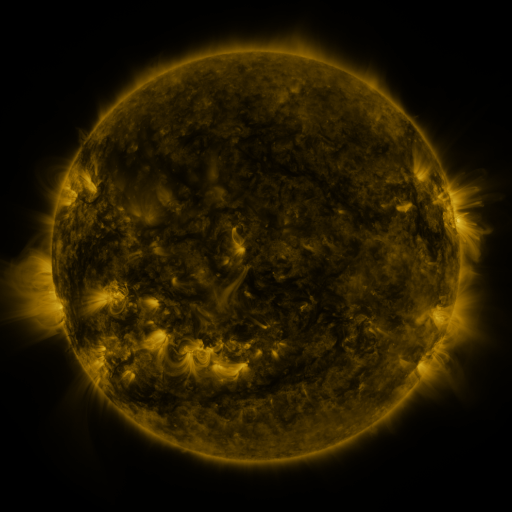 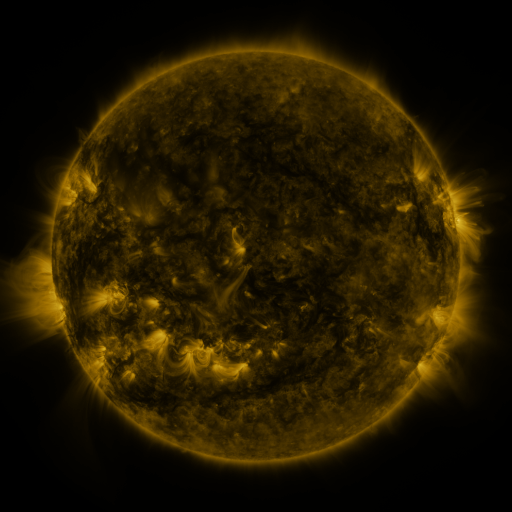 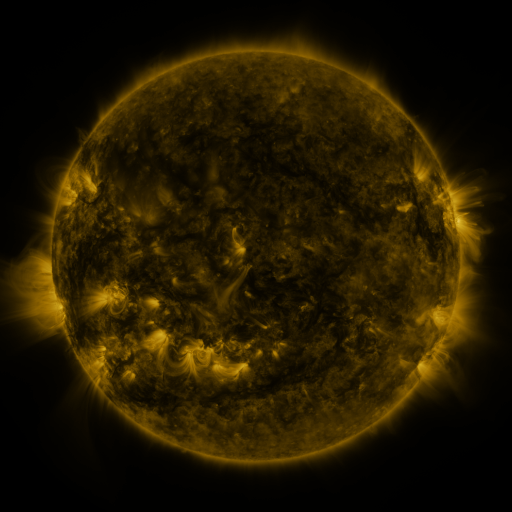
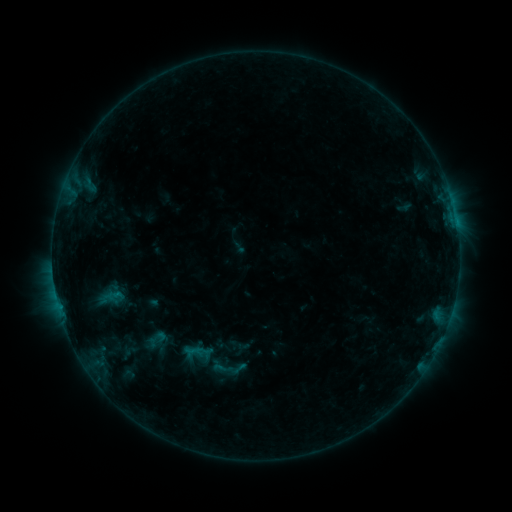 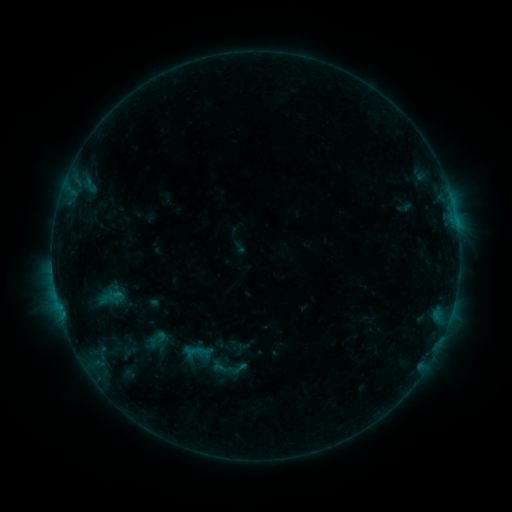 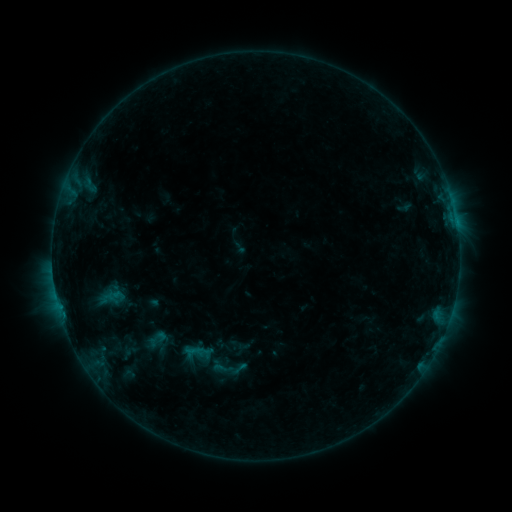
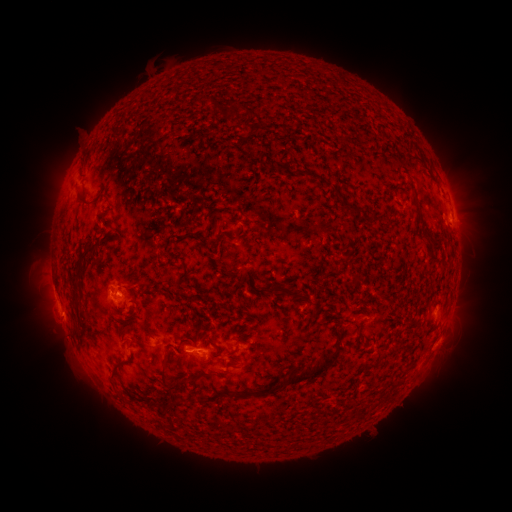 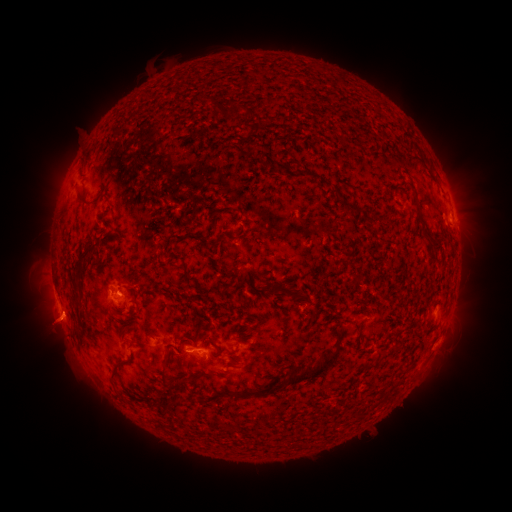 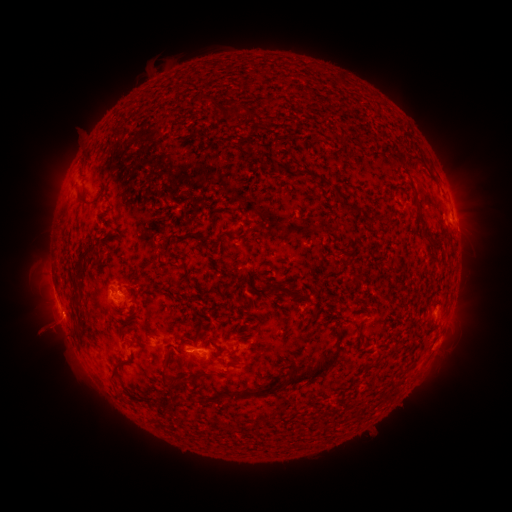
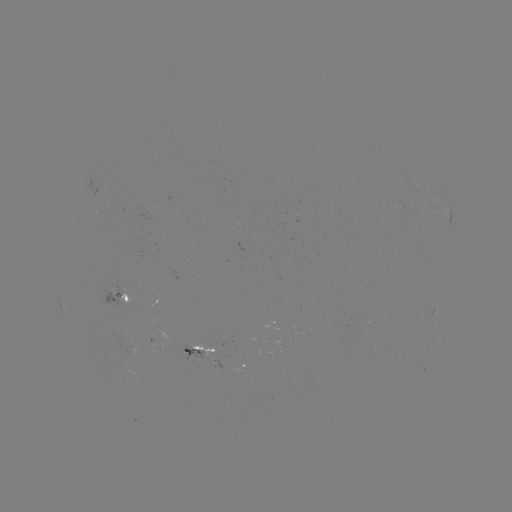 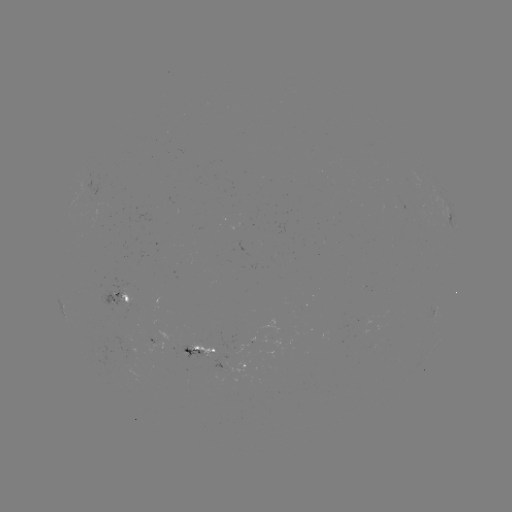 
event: eruption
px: (52, 329)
